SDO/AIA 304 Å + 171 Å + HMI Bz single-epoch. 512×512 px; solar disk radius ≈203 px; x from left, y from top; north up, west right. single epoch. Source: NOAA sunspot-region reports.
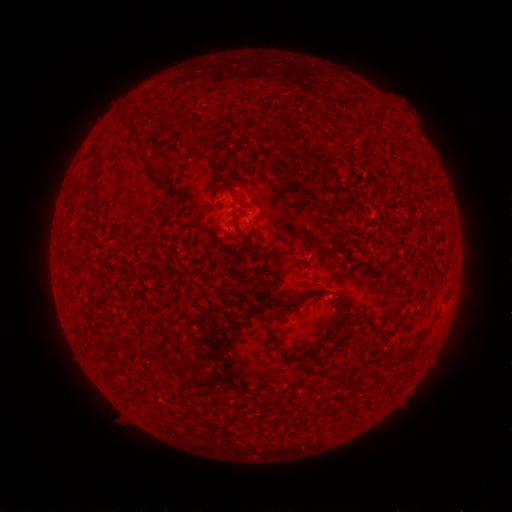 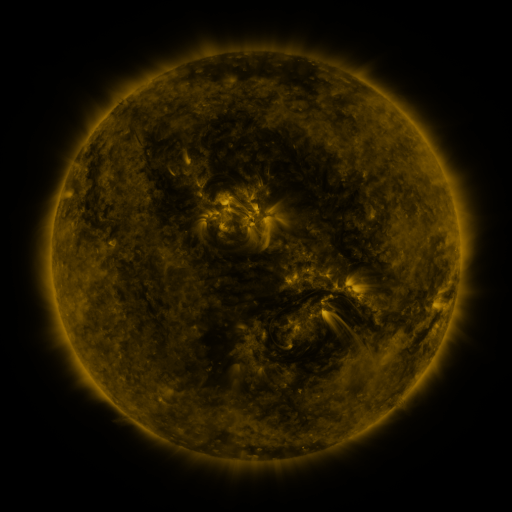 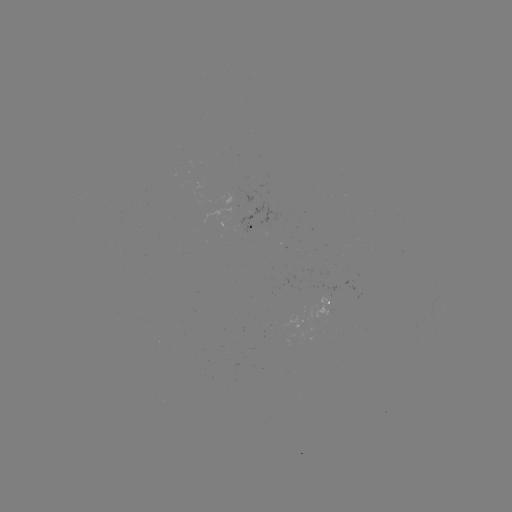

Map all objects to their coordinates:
spotted active region: (249, 226)
spotted active region: (331, 299)
